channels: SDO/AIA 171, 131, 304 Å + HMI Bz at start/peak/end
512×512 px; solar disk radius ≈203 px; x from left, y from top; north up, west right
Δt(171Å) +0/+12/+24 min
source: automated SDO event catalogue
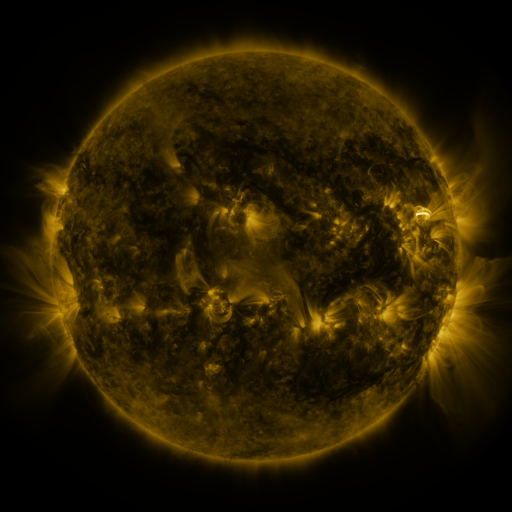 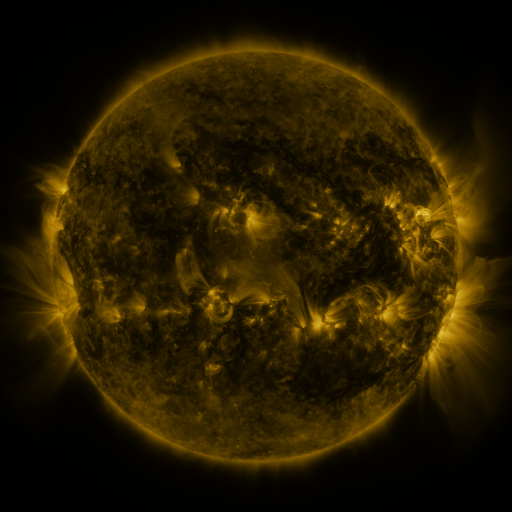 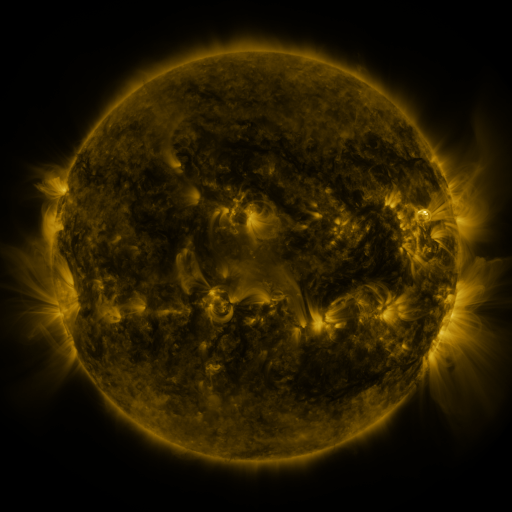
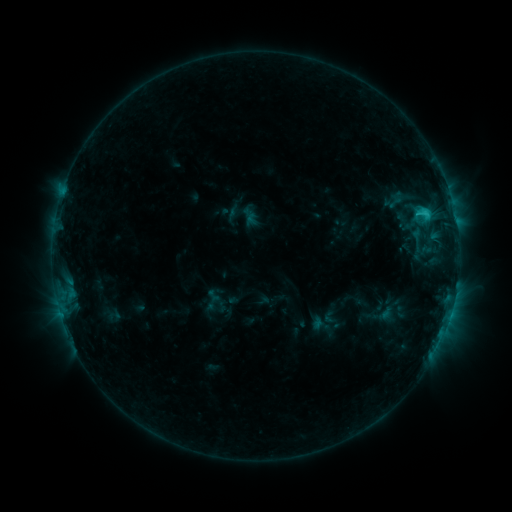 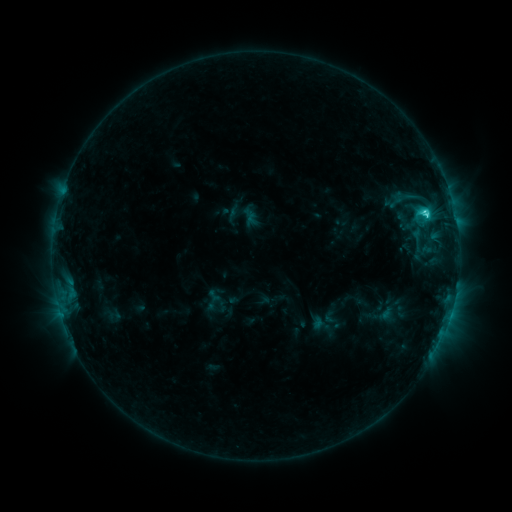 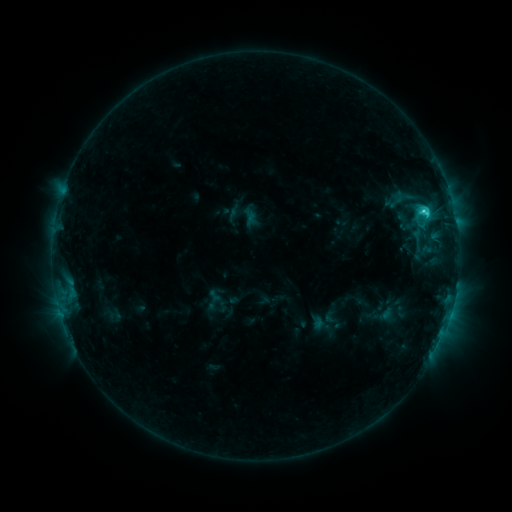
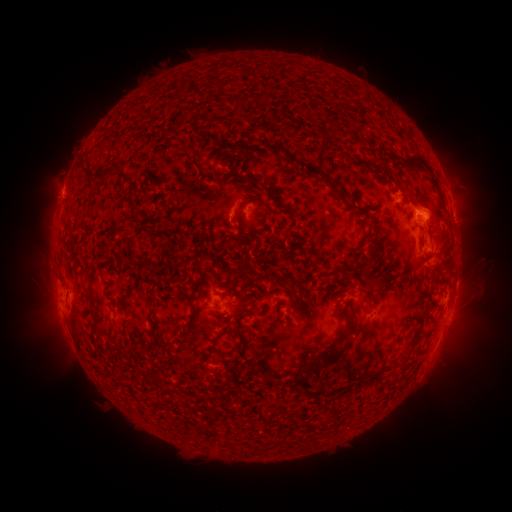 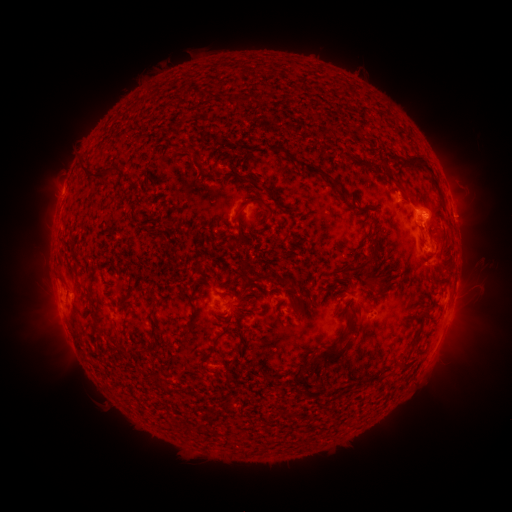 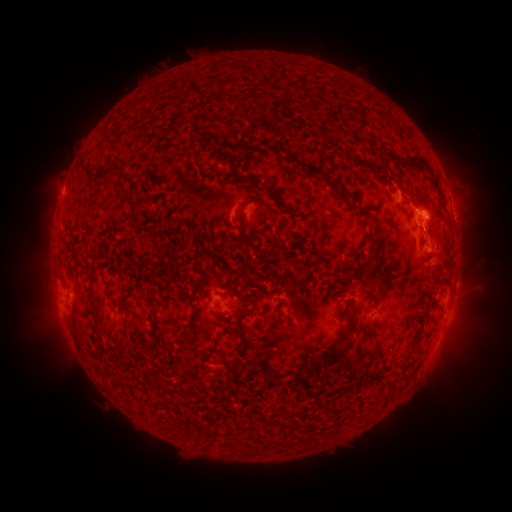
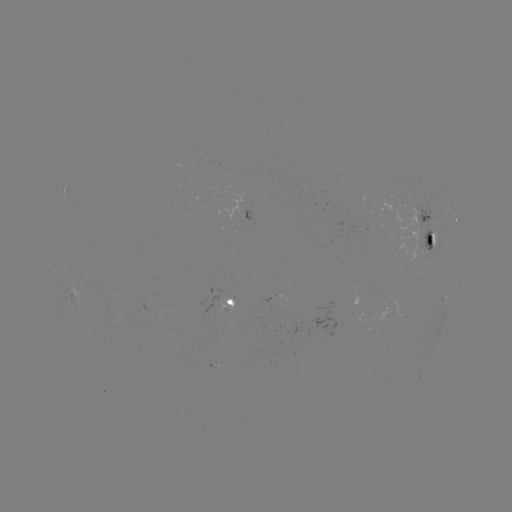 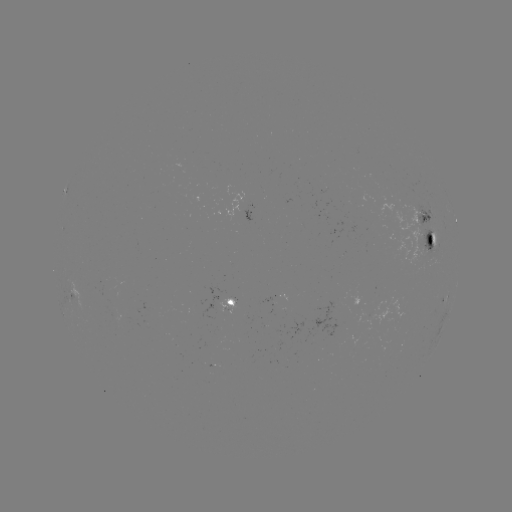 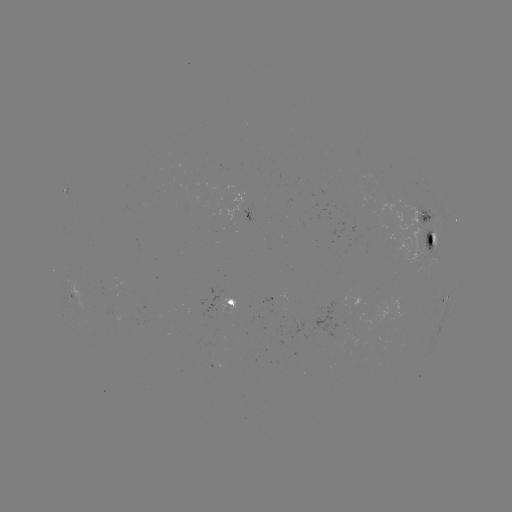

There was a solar flare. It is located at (424, 213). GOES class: C3.1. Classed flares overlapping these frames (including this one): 1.